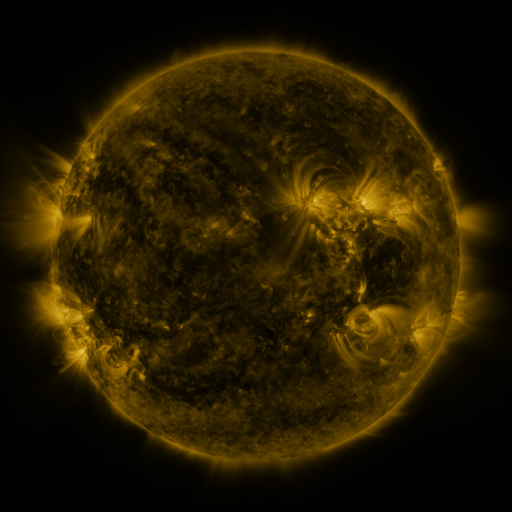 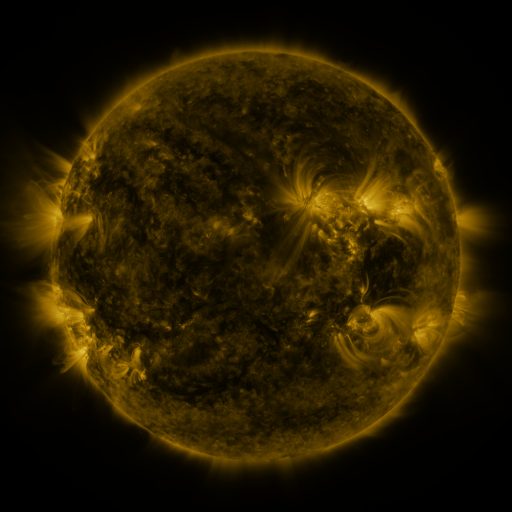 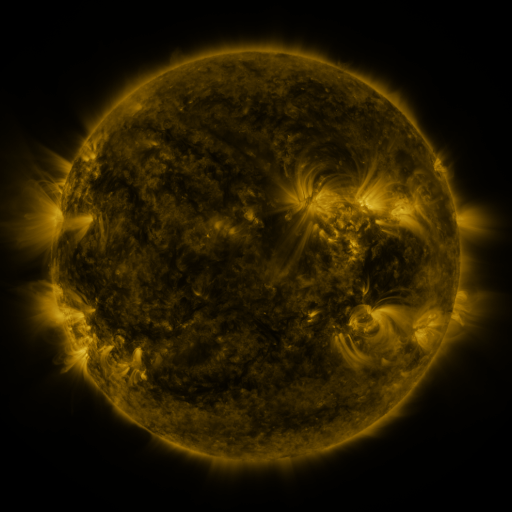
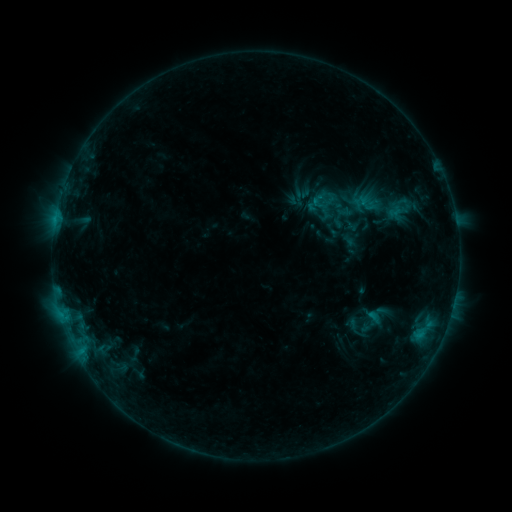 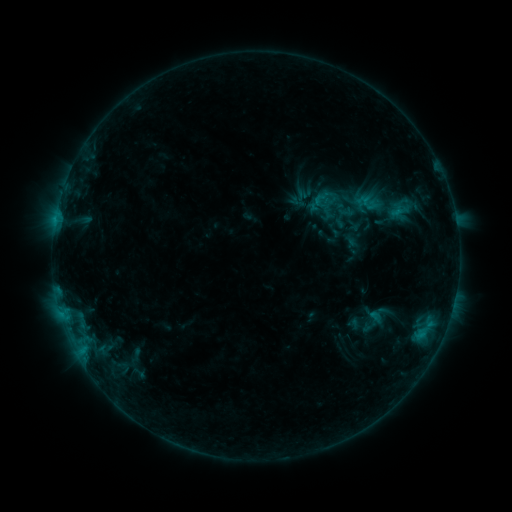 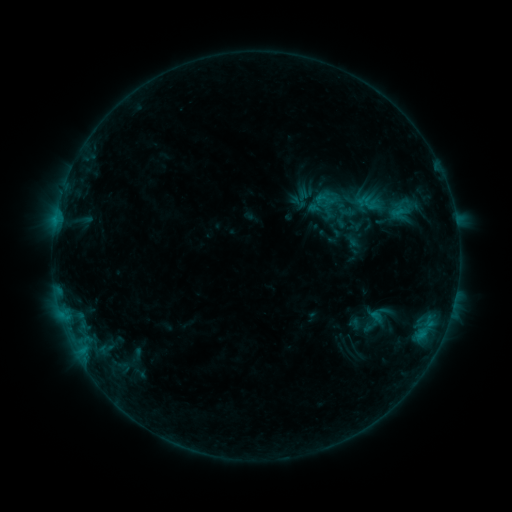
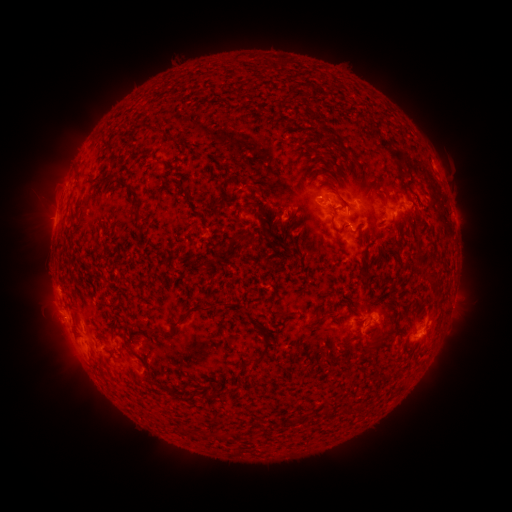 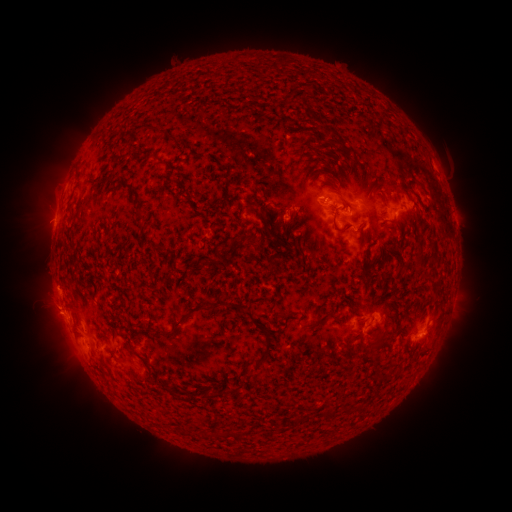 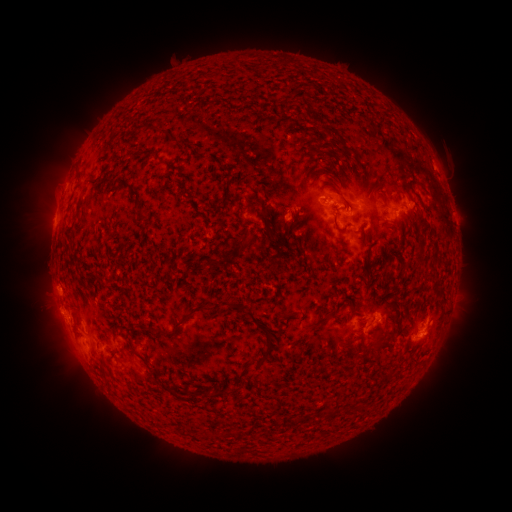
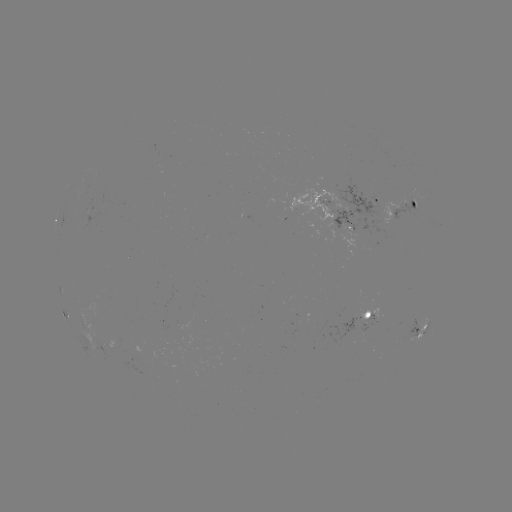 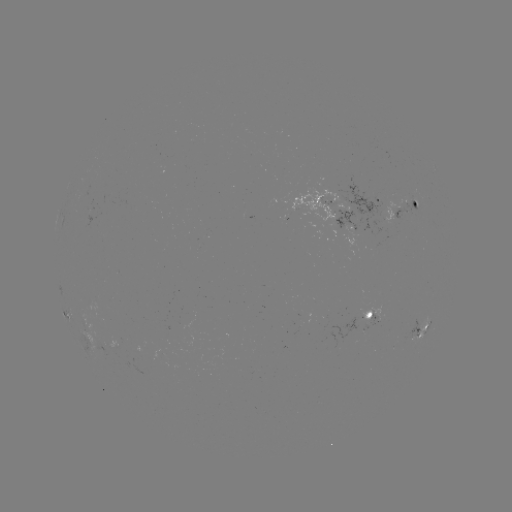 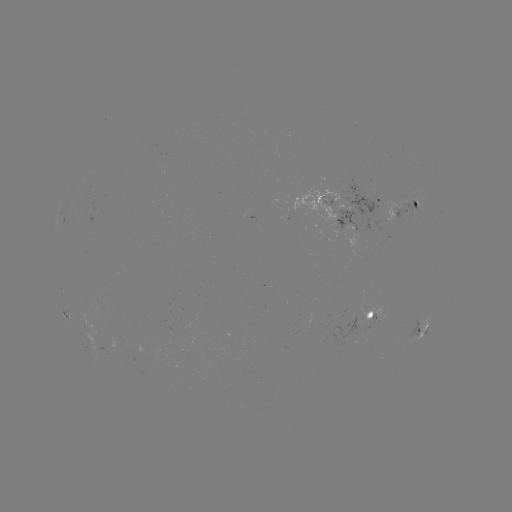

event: emerging-flux region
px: (347, 217)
